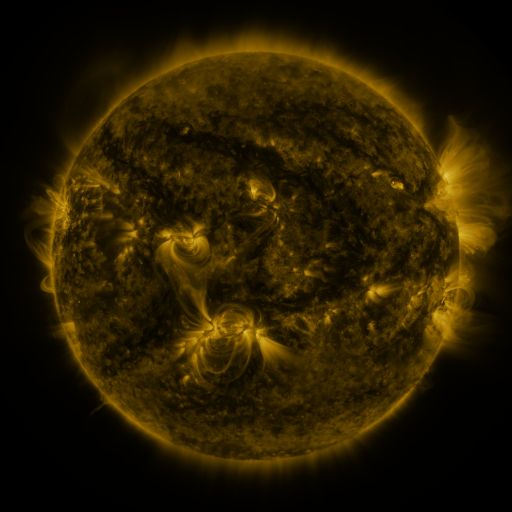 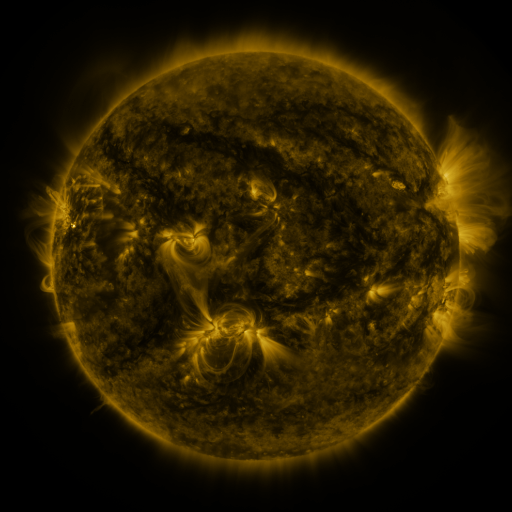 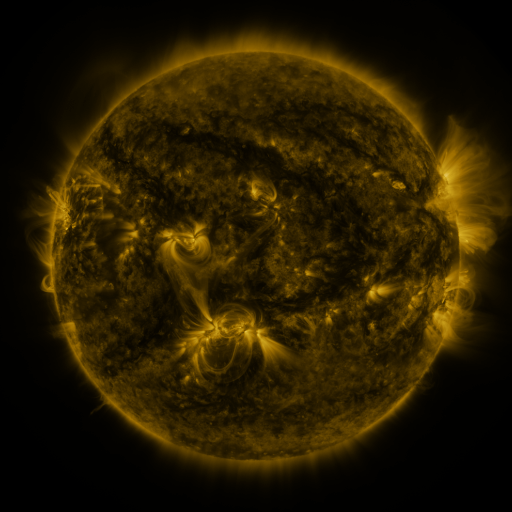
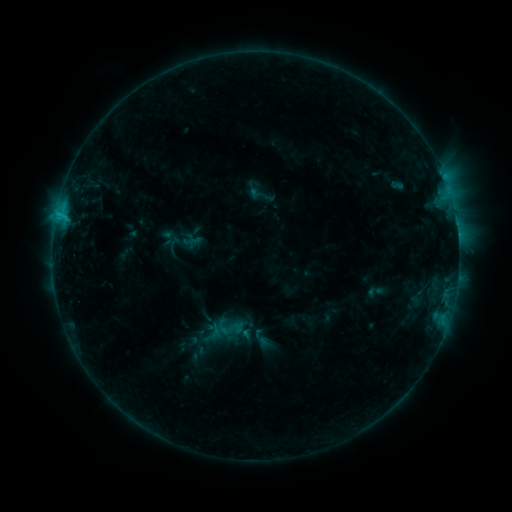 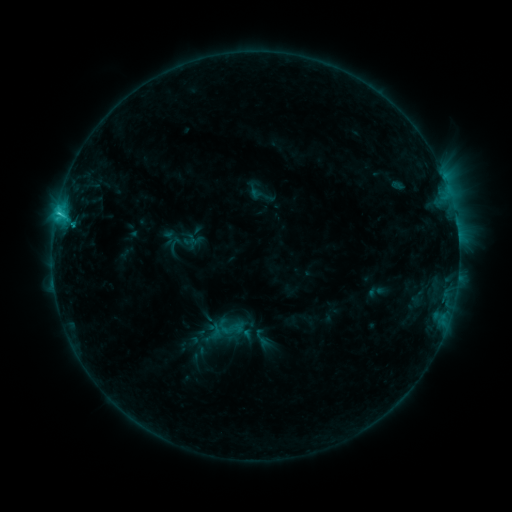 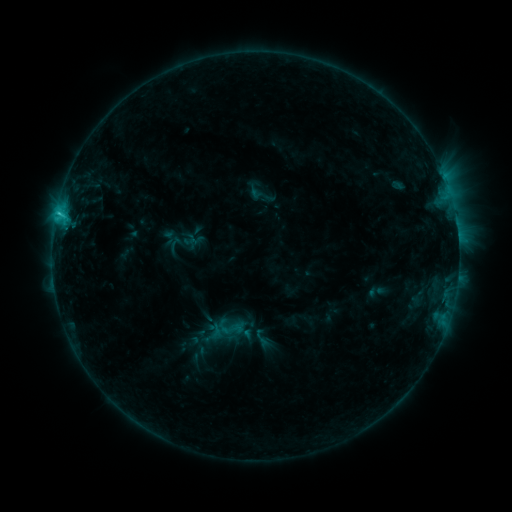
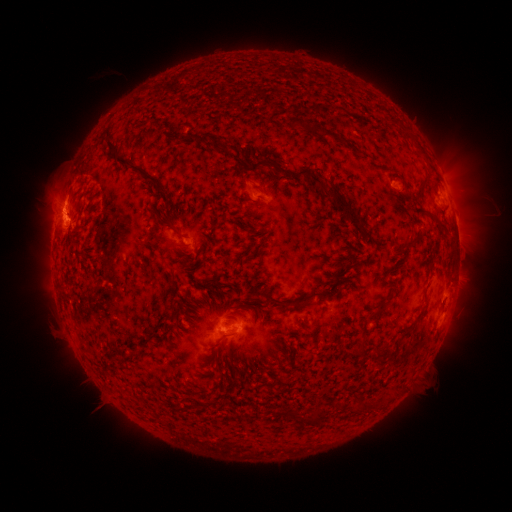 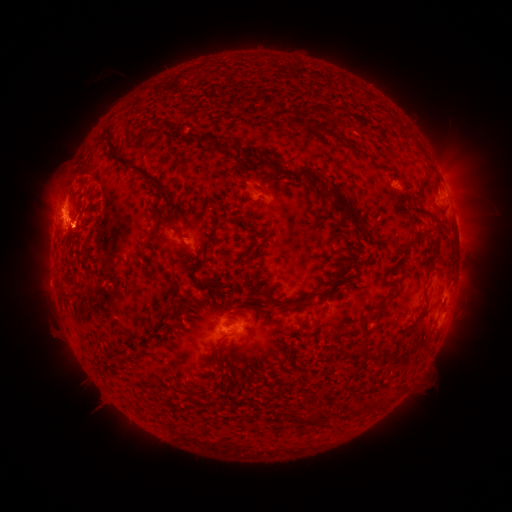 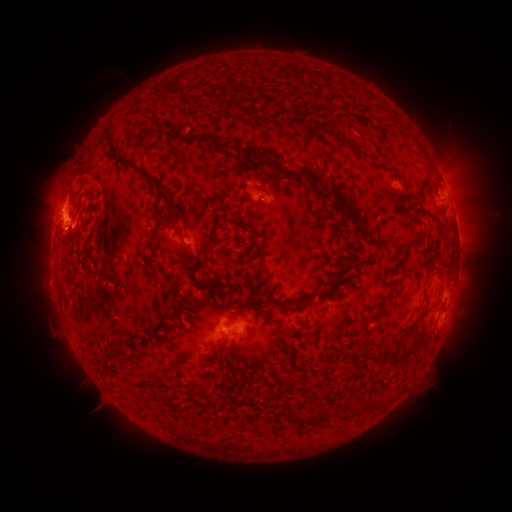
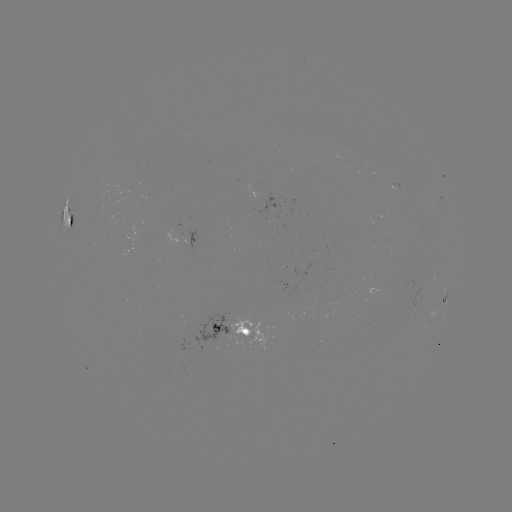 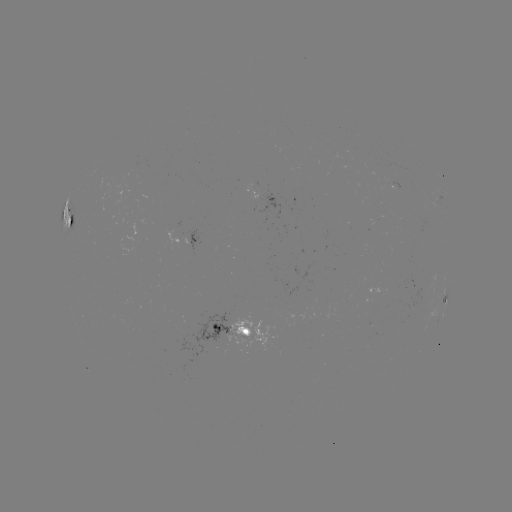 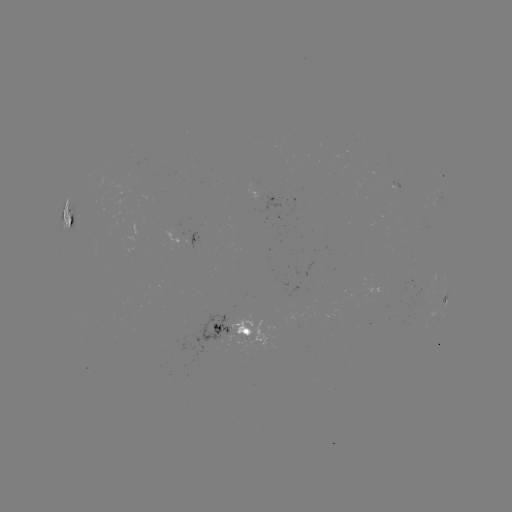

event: flare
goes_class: C2.2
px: (59, 214)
